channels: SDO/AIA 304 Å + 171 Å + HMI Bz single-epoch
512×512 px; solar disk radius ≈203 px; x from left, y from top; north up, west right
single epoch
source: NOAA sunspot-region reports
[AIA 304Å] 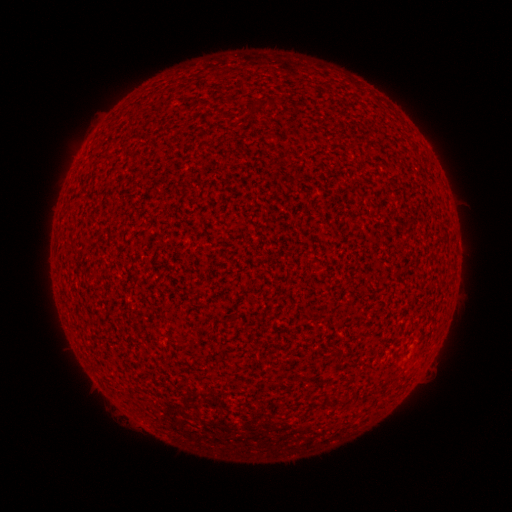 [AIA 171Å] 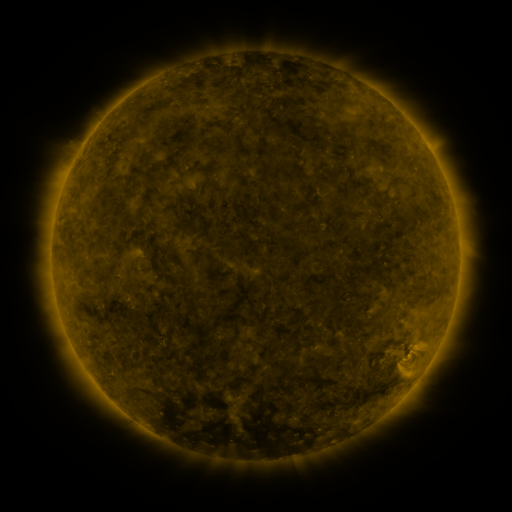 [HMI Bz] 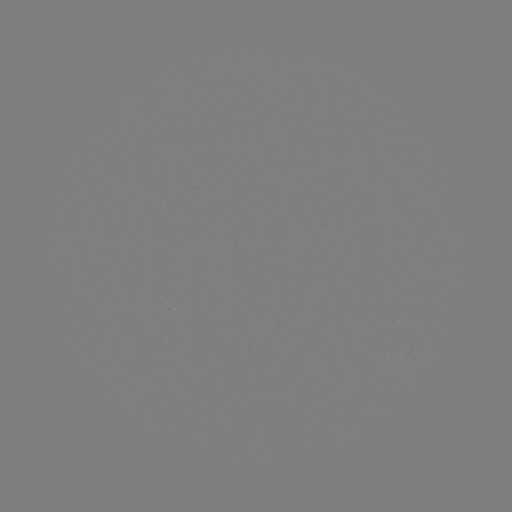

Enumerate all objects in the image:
(none)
